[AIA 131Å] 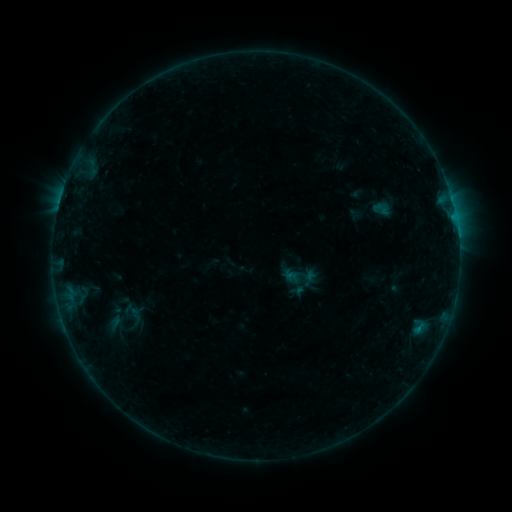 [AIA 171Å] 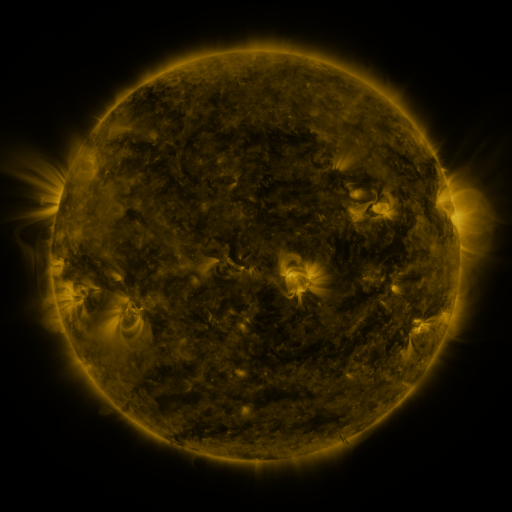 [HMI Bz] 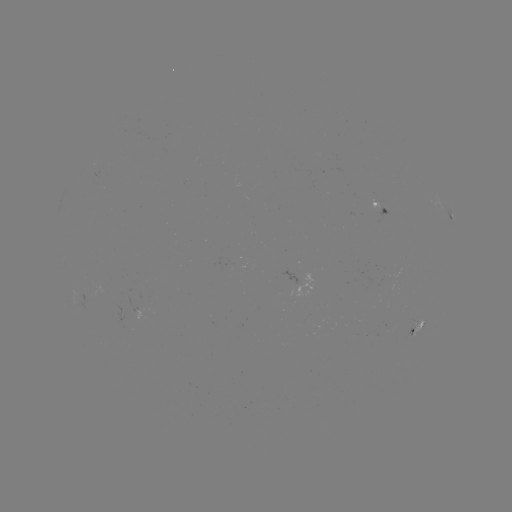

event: sigmoid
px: (292, 278)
